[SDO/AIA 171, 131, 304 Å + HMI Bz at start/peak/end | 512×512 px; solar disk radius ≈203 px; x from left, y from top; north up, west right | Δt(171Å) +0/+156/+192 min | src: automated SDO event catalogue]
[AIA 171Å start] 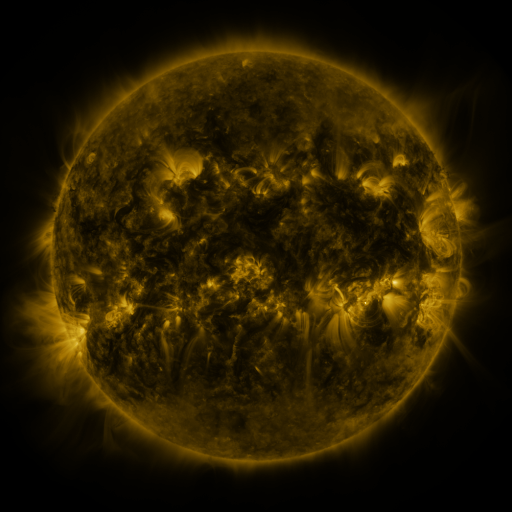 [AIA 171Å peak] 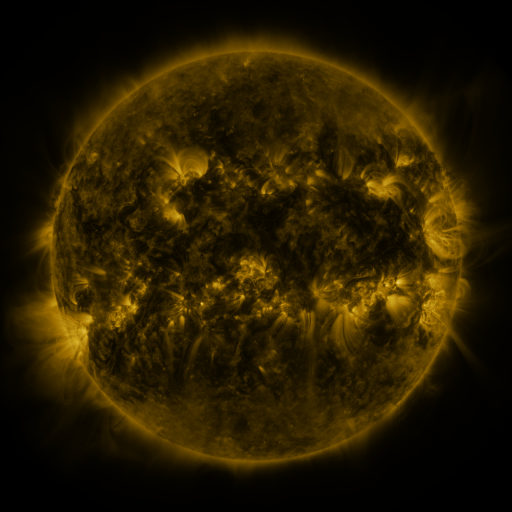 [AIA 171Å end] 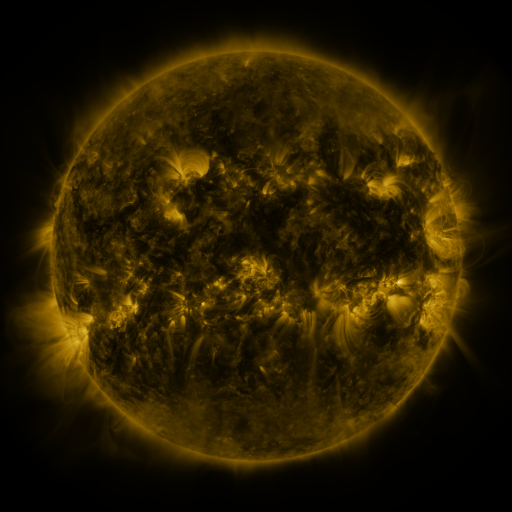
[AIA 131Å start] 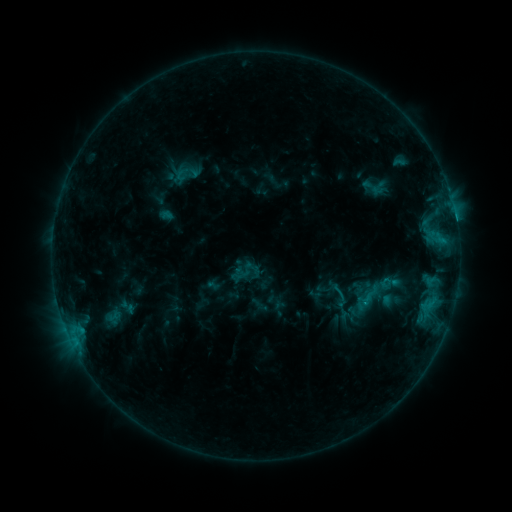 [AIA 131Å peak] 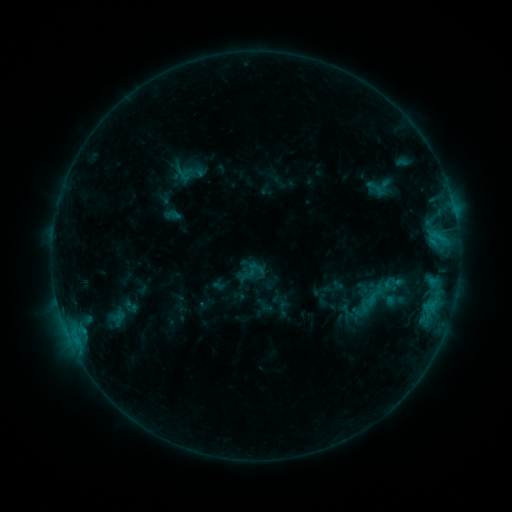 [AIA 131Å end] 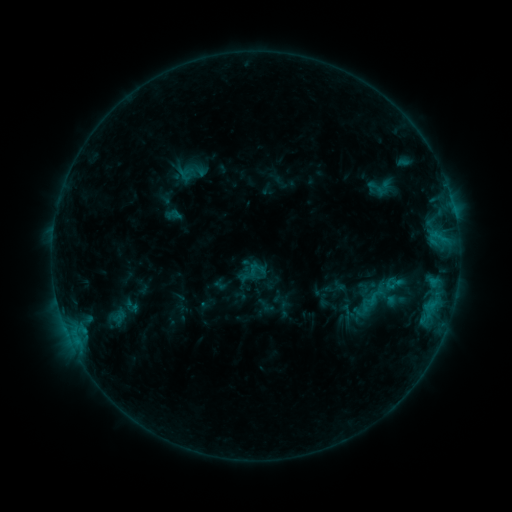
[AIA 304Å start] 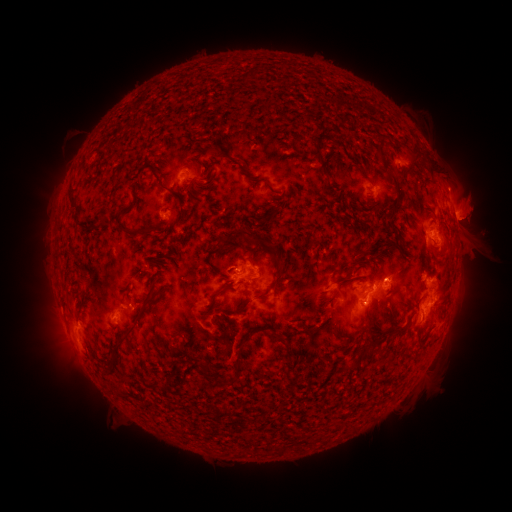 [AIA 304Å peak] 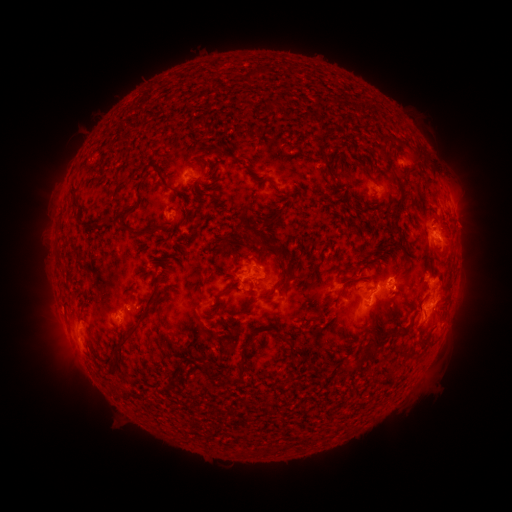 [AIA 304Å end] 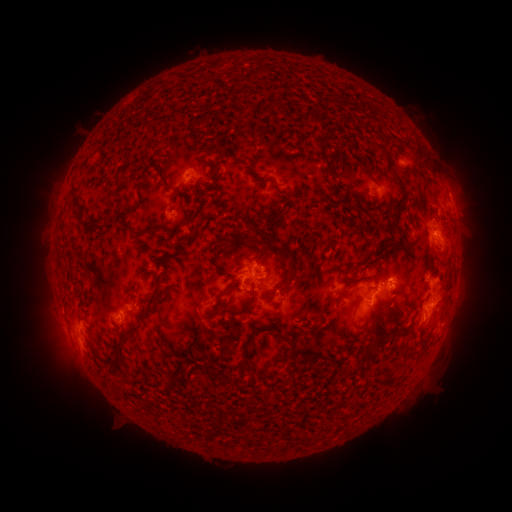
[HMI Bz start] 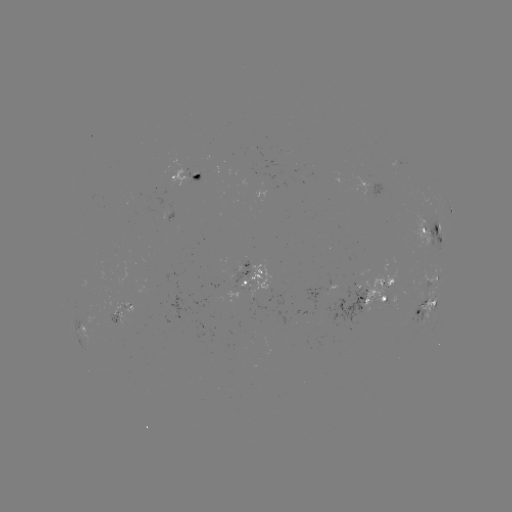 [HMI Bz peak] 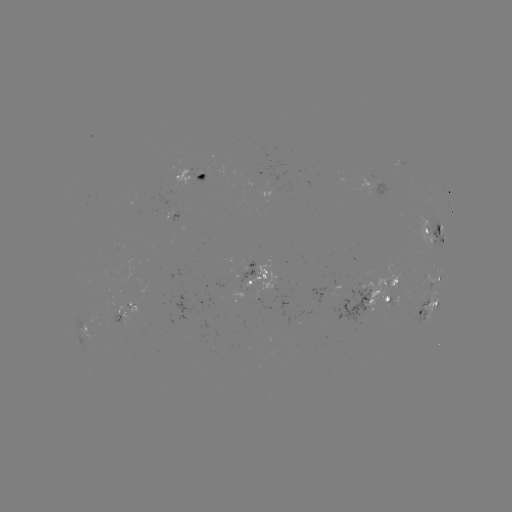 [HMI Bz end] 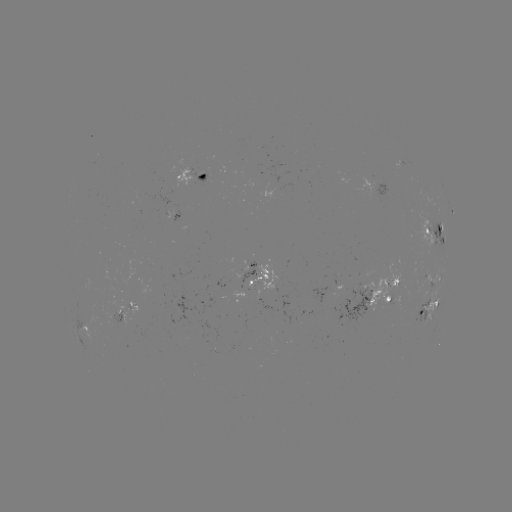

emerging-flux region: [329, 286, 369, 325]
